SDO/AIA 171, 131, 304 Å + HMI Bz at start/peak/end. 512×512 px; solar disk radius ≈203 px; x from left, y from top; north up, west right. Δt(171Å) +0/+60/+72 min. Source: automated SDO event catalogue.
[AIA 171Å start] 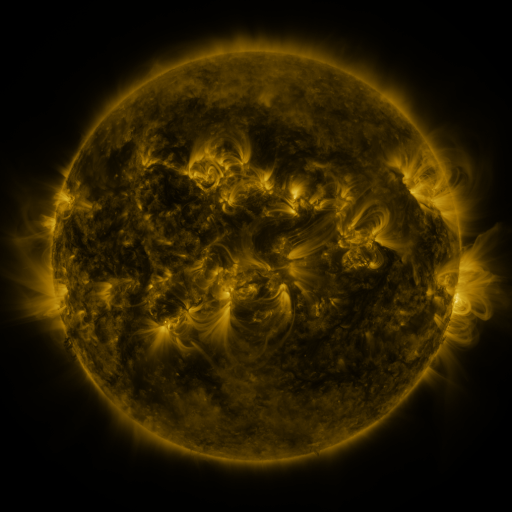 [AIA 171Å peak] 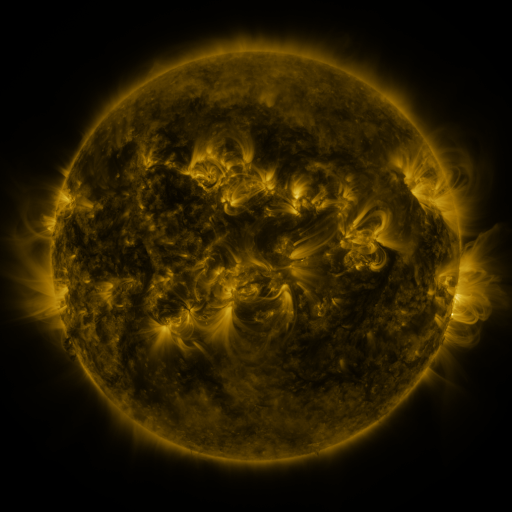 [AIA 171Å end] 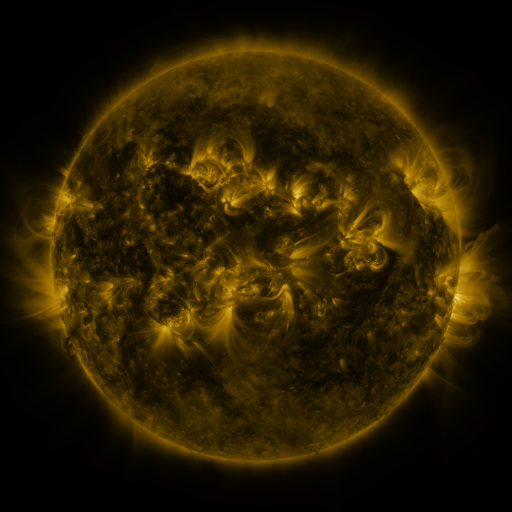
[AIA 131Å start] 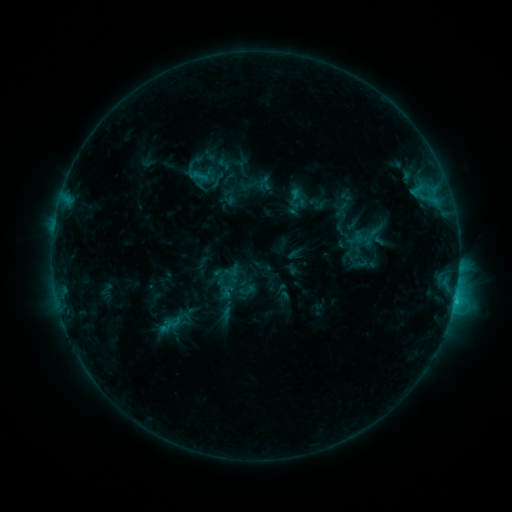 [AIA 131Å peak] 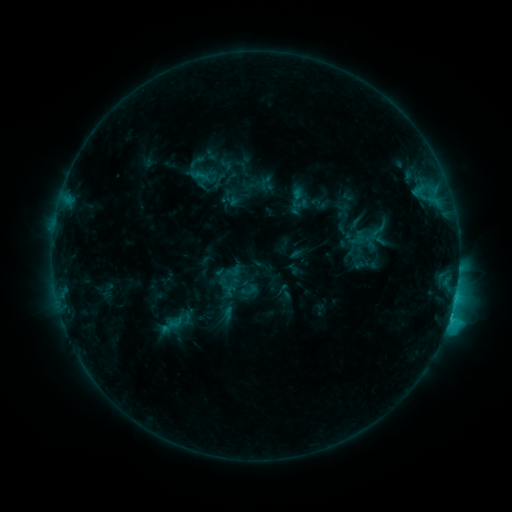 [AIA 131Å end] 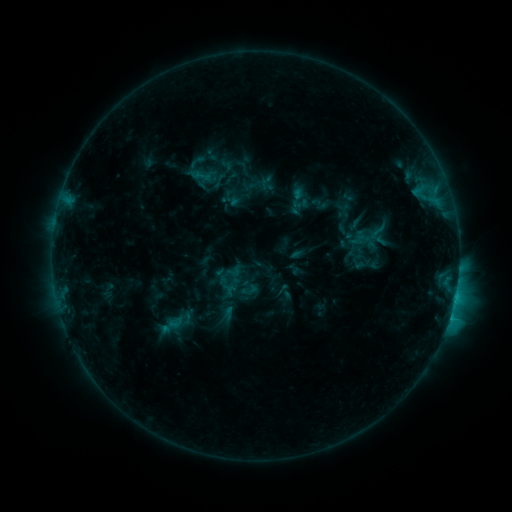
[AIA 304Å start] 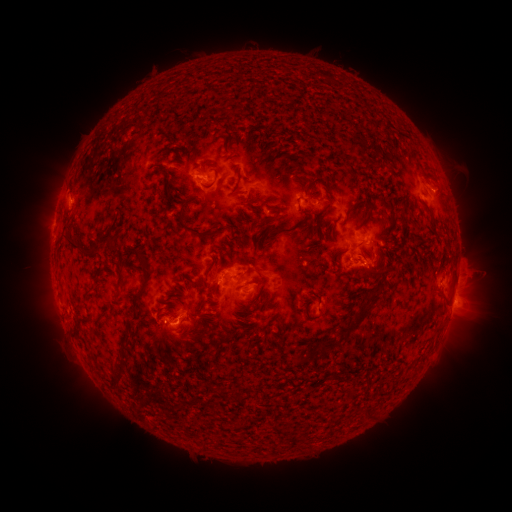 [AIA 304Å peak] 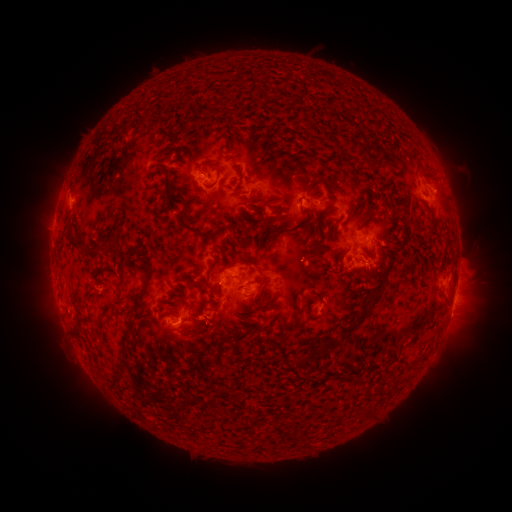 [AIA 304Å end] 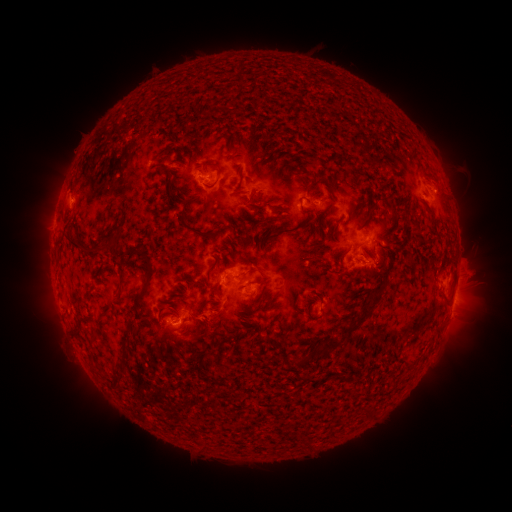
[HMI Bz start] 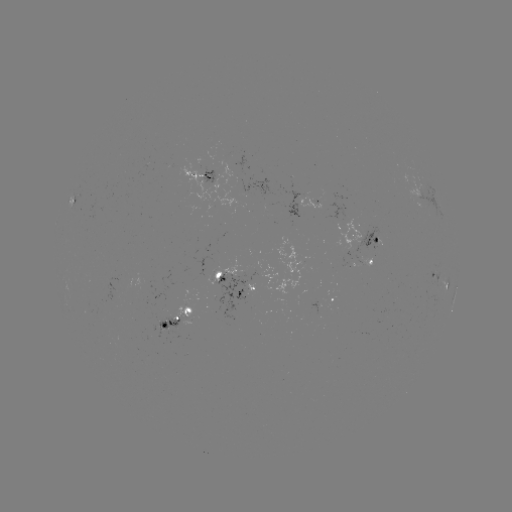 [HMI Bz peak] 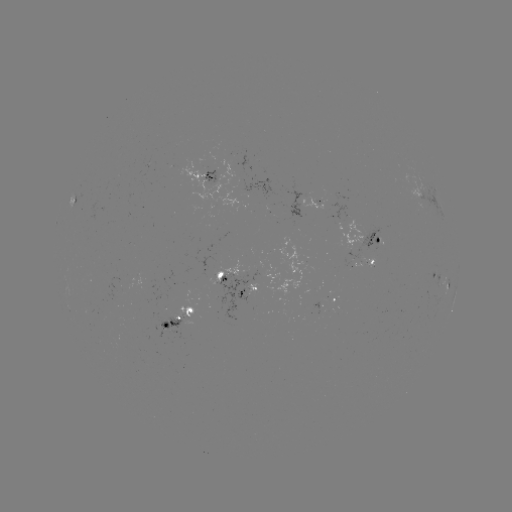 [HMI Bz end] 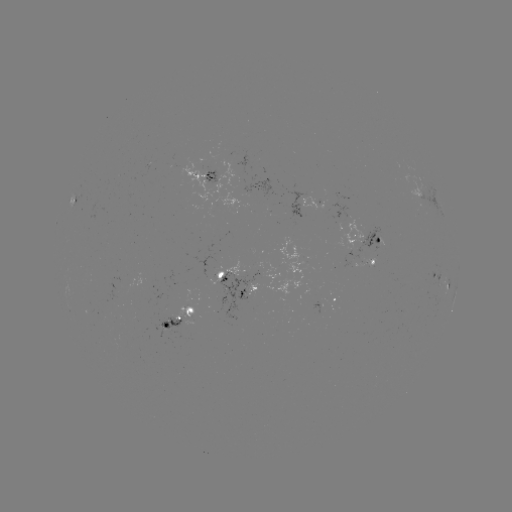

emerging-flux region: <bbox>242, 177, 273, 205</bbox>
